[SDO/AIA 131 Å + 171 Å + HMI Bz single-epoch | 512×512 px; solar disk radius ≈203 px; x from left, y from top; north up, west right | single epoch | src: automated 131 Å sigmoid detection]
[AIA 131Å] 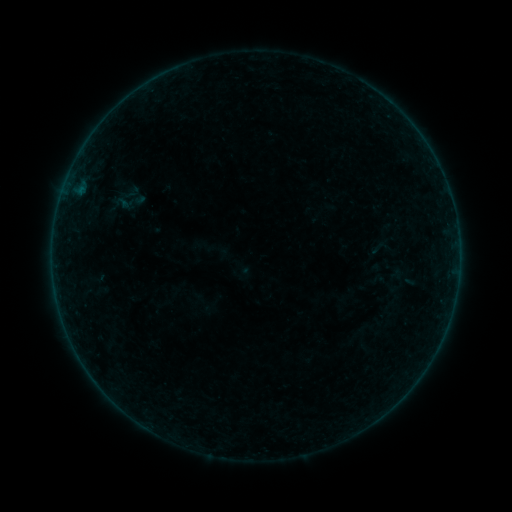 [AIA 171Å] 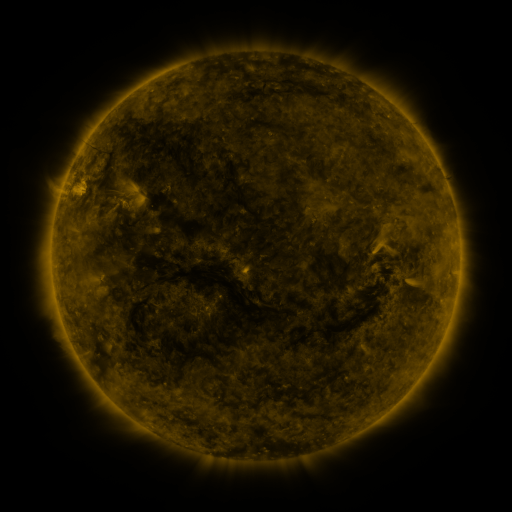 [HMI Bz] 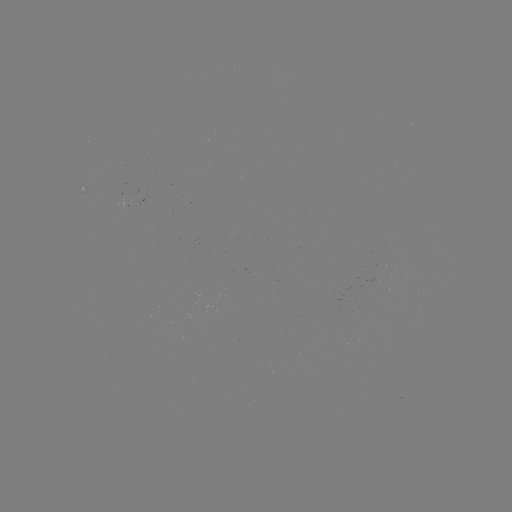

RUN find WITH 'sigmoid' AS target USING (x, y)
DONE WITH (132, 192) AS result